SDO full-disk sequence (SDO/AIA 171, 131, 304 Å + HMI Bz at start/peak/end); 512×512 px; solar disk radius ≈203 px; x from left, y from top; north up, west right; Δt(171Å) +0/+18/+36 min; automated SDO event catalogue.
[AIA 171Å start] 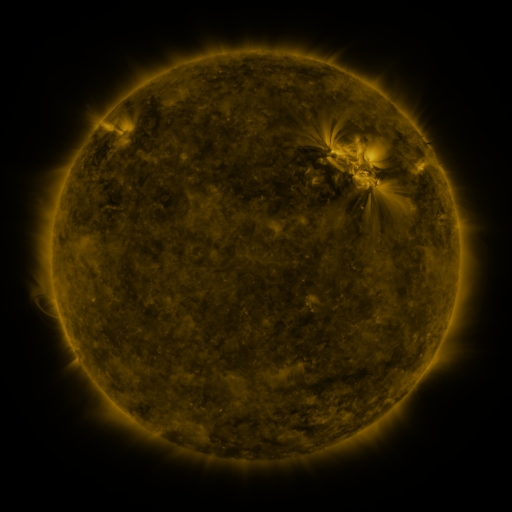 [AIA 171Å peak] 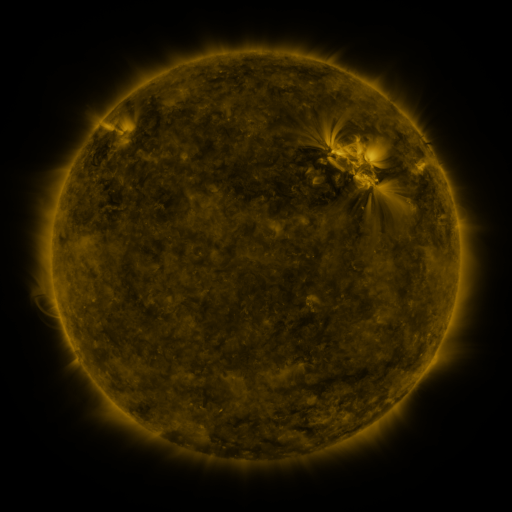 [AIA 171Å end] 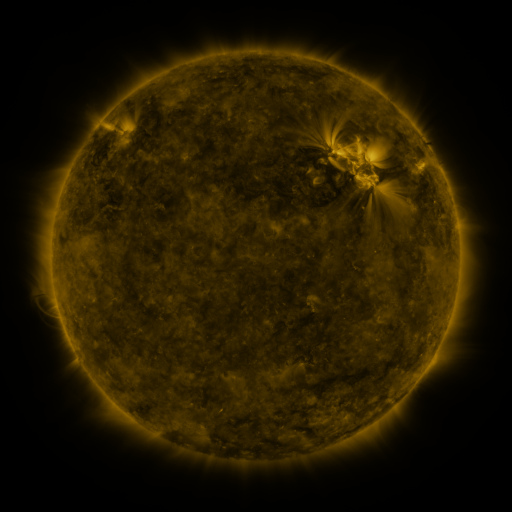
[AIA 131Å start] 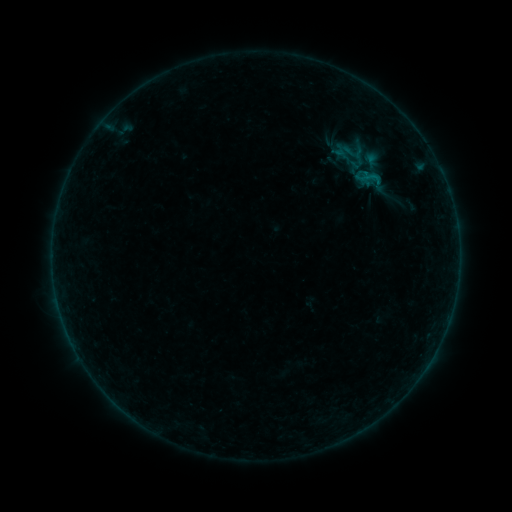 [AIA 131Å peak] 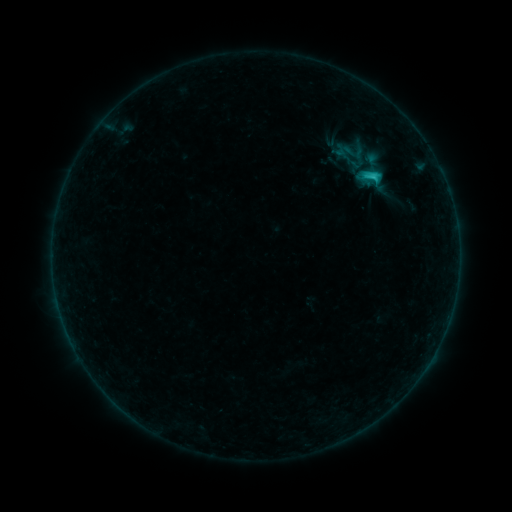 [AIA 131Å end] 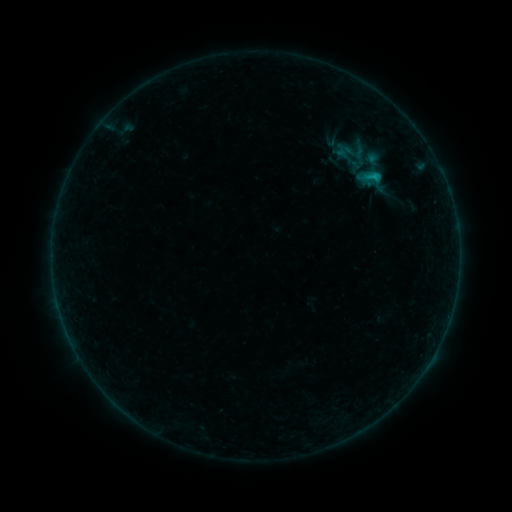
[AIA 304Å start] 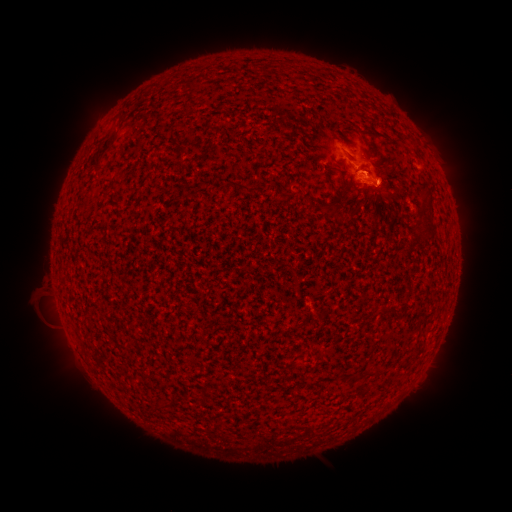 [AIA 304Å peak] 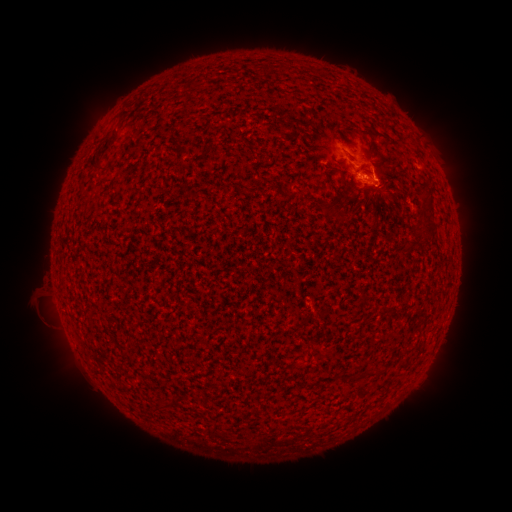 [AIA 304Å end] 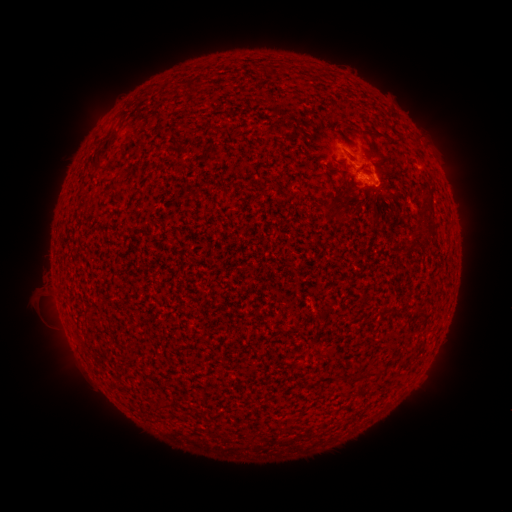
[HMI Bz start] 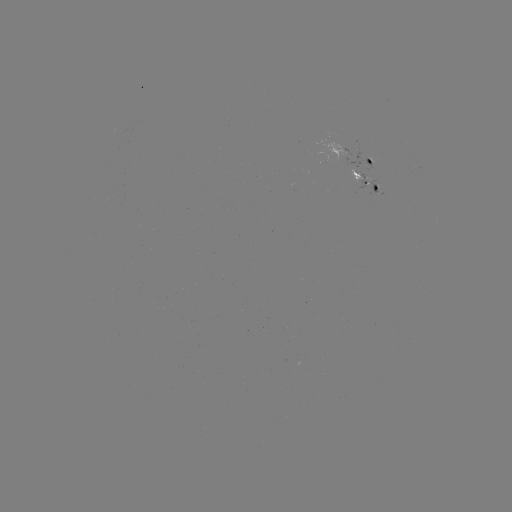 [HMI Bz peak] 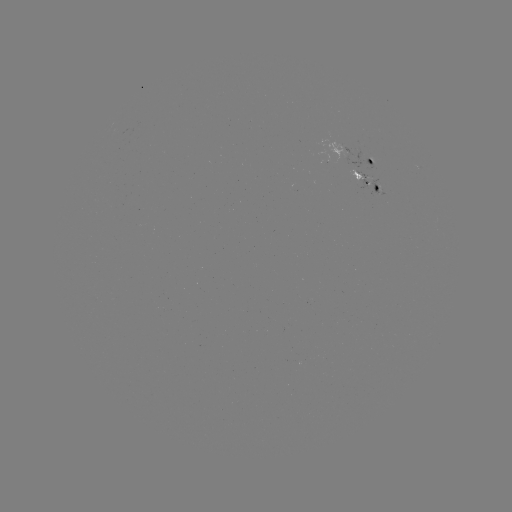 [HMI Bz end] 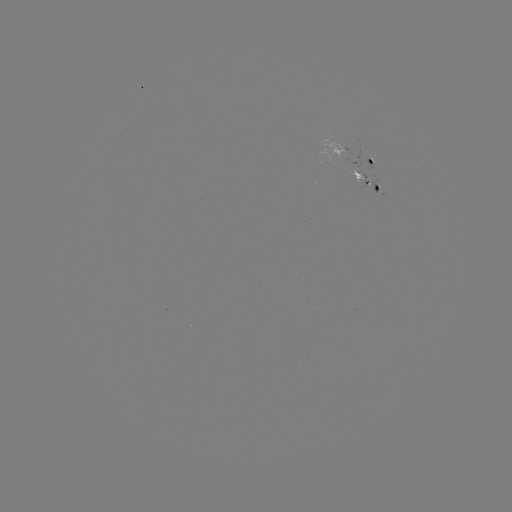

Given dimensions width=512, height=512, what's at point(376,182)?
C1.4 flare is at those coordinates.